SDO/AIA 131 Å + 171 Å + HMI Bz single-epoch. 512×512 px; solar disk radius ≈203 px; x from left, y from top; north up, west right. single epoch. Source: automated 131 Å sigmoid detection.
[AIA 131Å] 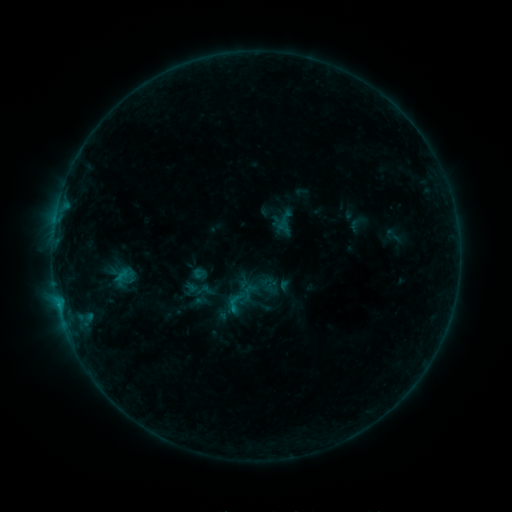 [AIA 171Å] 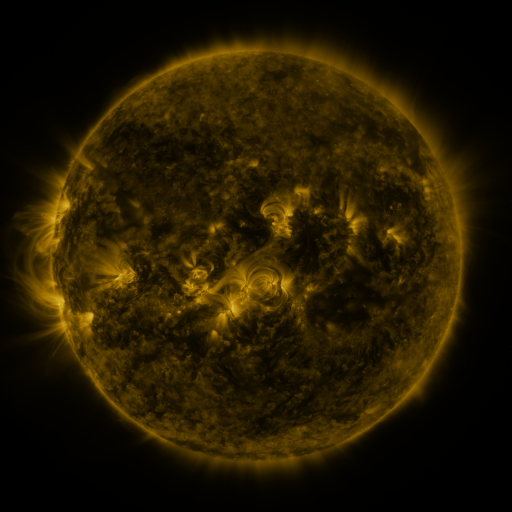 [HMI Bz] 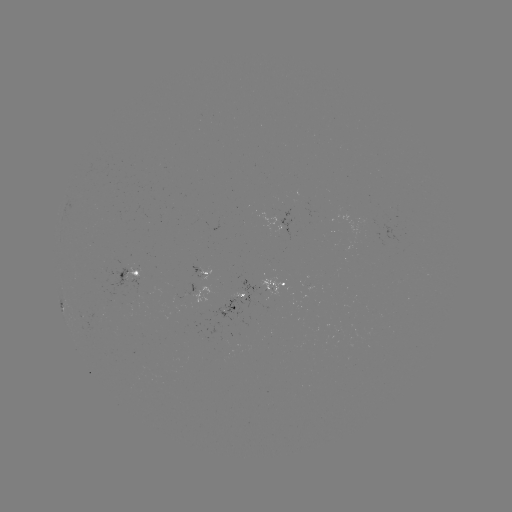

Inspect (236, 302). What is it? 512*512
sigmoid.